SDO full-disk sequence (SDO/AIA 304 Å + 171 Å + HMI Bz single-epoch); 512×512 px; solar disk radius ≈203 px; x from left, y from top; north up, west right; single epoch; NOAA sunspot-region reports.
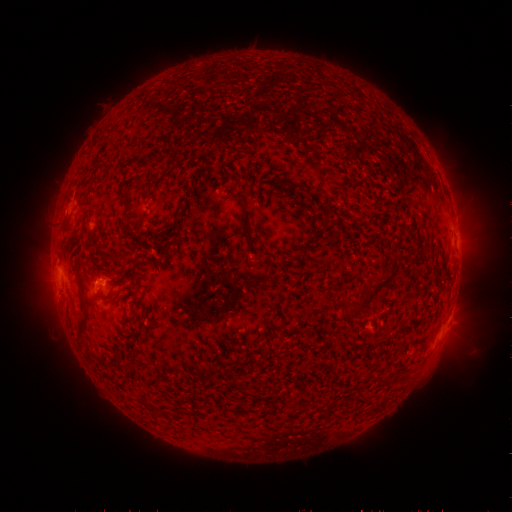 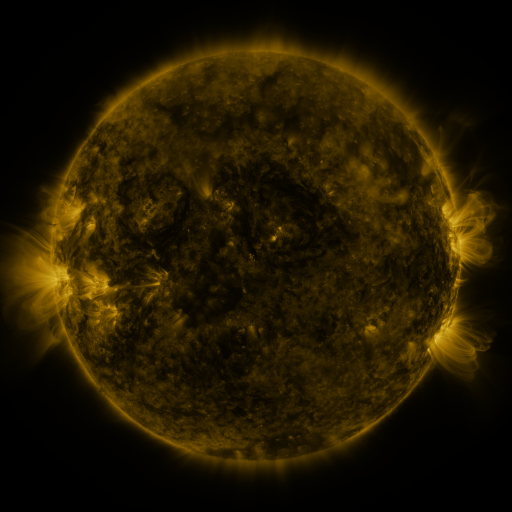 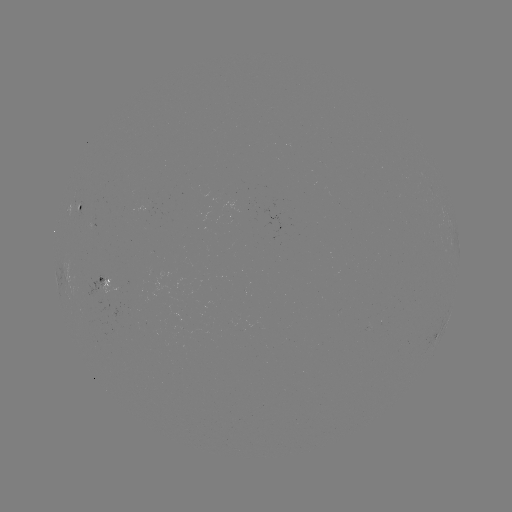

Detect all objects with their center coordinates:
spotted active region: (81, 208)
spotted active region: (94, 224)
spotted active region: (109, 283)
spotted active region: (445, 328)
